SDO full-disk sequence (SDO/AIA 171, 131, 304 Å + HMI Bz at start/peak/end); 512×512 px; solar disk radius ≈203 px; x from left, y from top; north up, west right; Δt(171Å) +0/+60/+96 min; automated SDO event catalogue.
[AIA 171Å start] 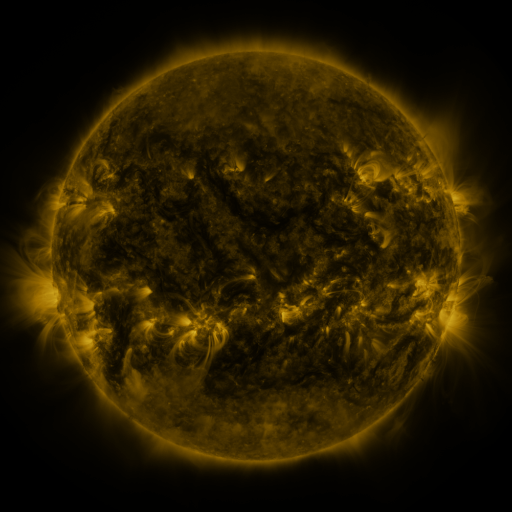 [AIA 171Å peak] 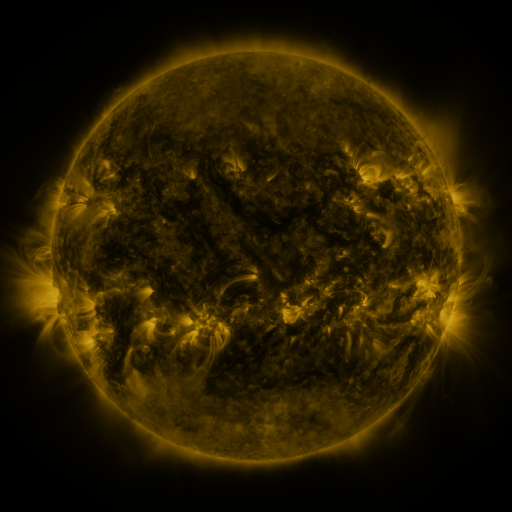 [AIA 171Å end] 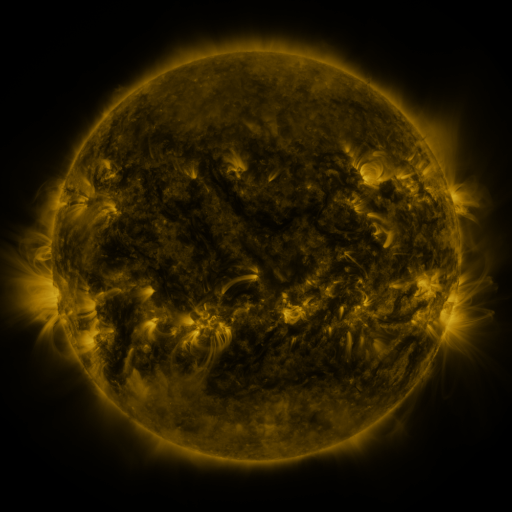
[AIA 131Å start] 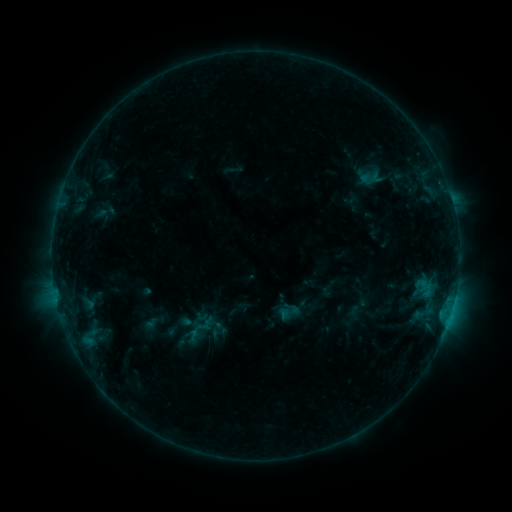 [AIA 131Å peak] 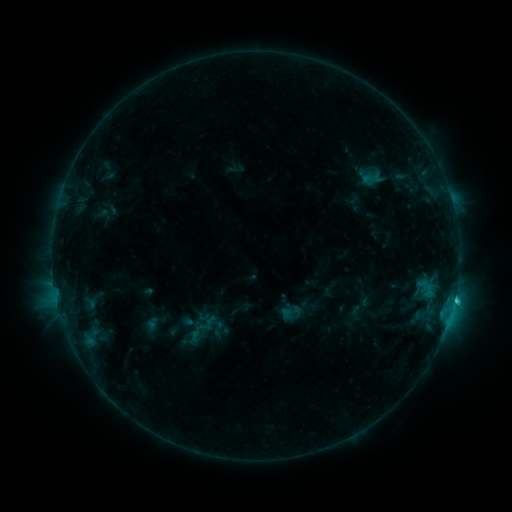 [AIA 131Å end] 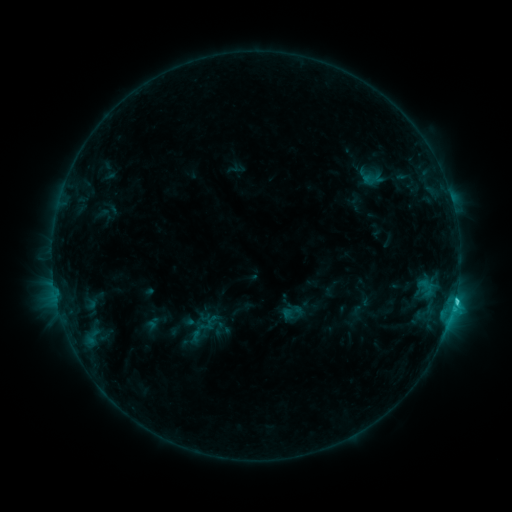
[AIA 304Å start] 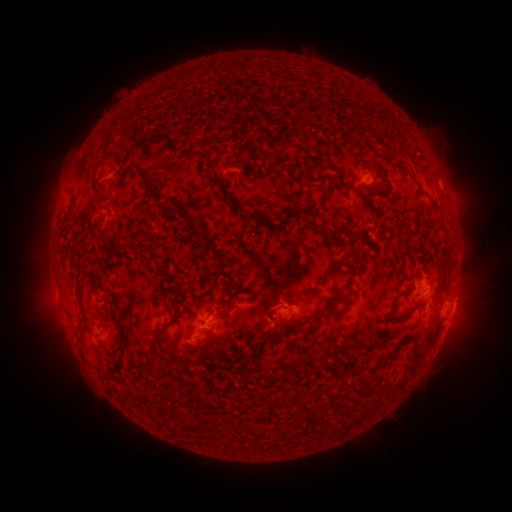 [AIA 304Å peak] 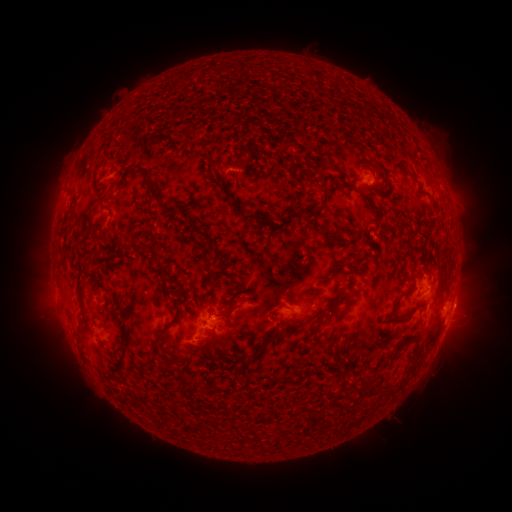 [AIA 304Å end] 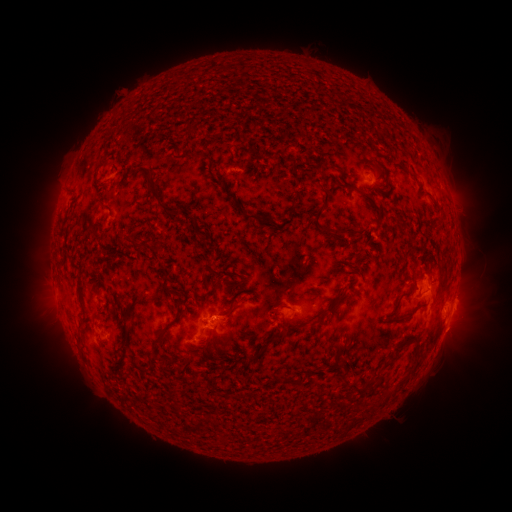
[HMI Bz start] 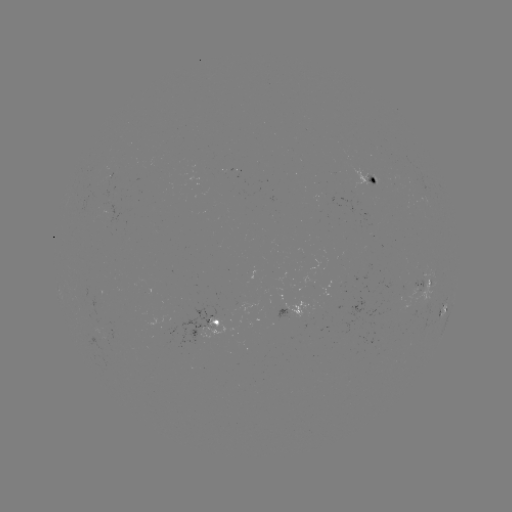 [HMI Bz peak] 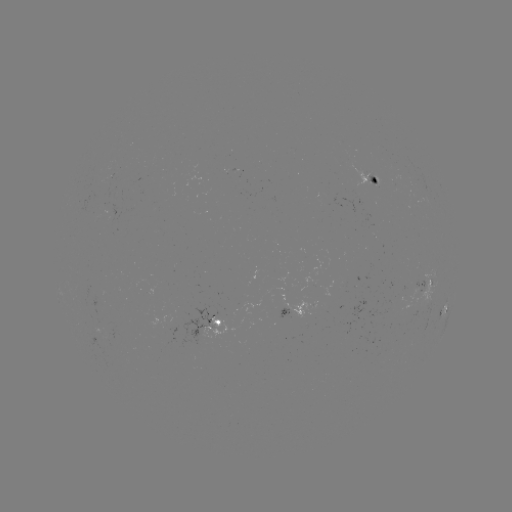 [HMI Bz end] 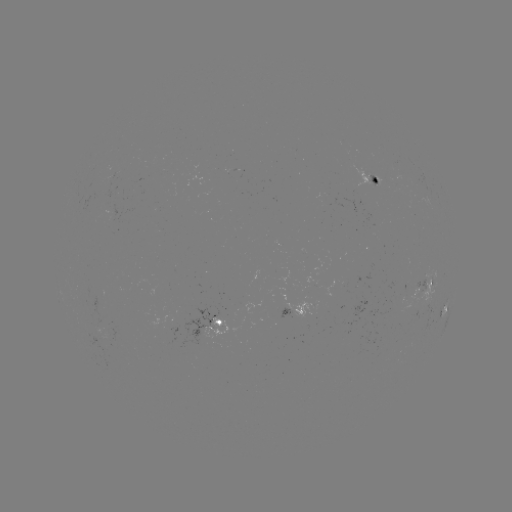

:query emerging-flux region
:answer [105, 186]